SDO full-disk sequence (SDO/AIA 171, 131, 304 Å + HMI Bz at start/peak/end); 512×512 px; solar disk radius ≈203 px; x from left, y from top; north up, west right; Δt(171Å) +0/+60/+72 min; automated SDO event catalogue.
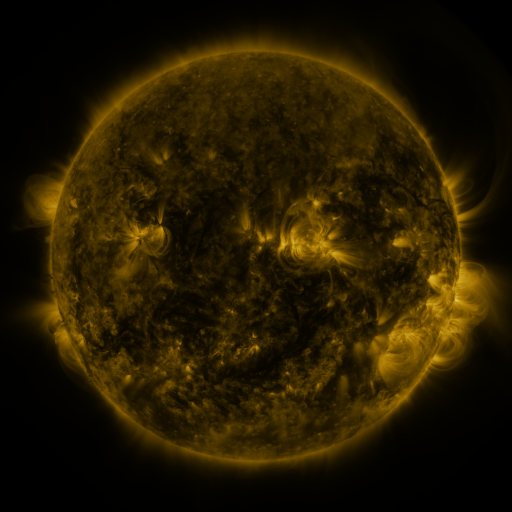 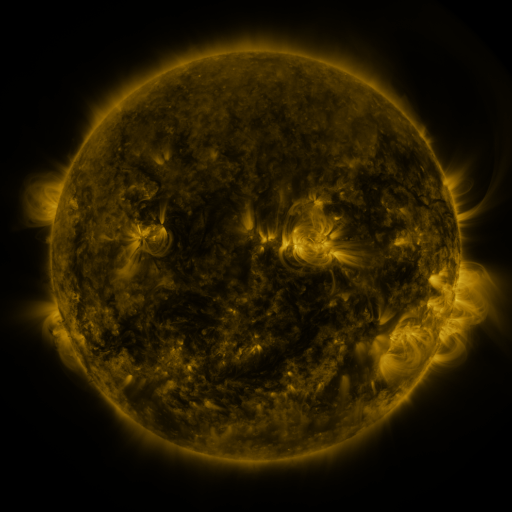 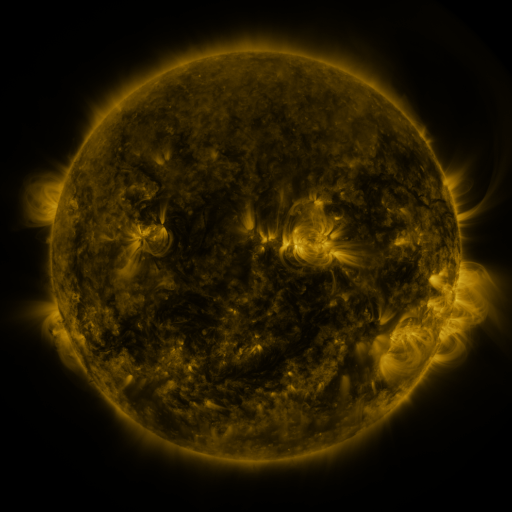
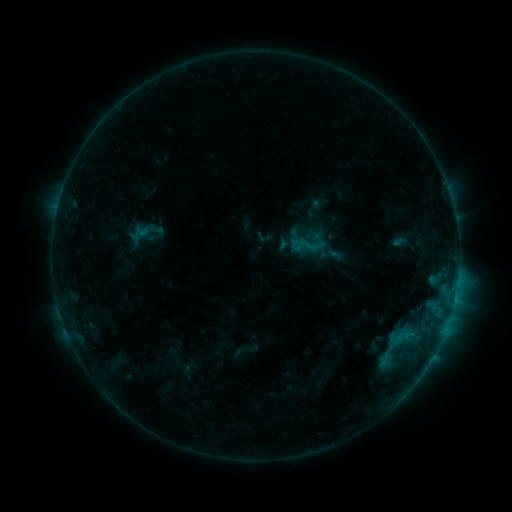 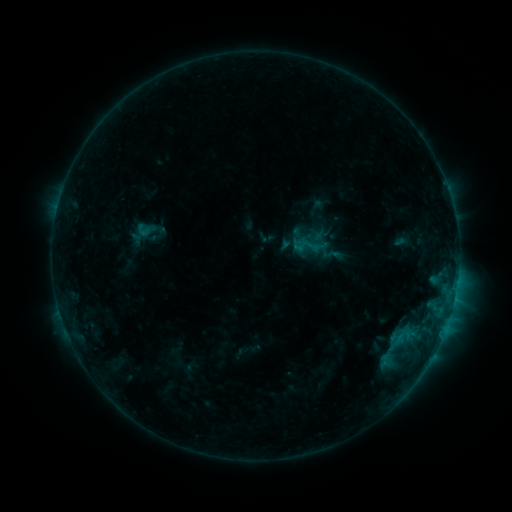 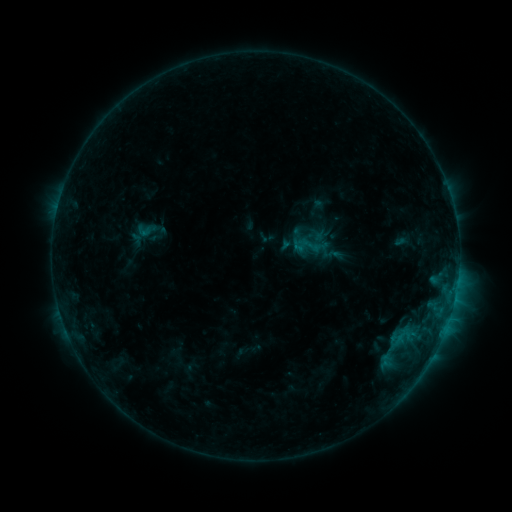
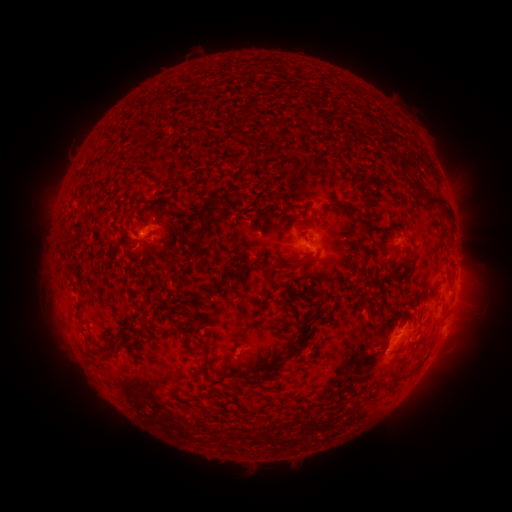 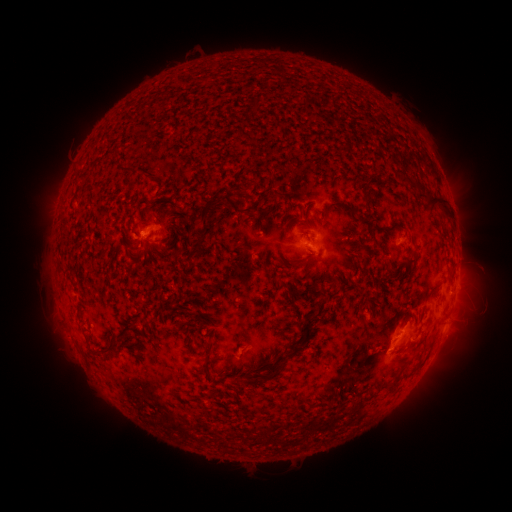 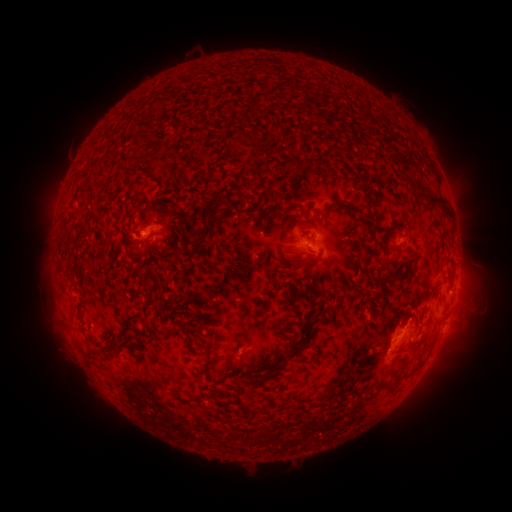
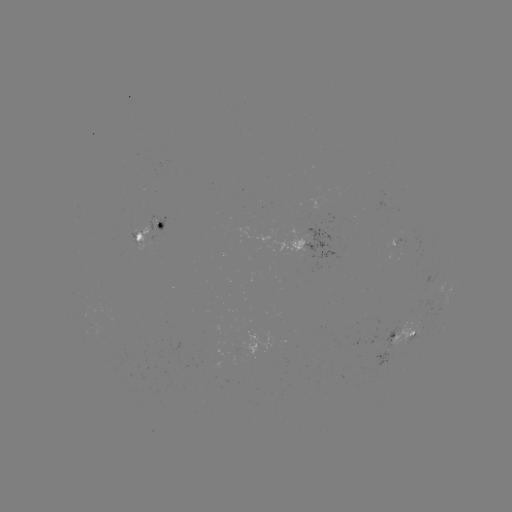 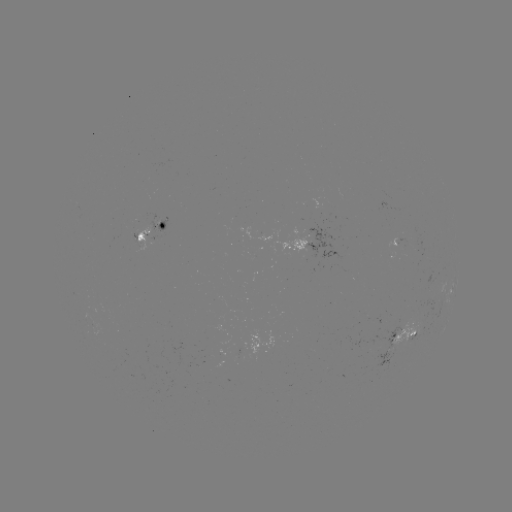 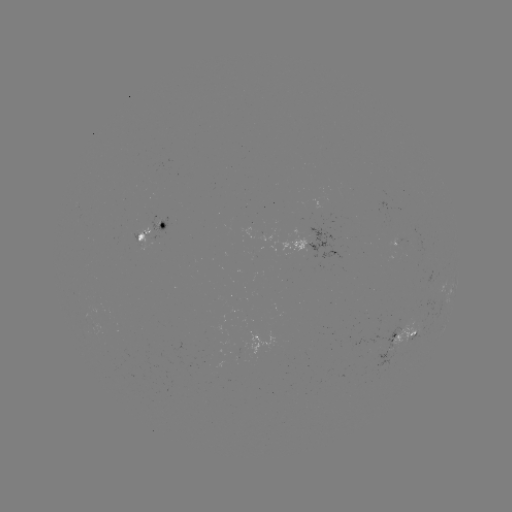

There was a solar emerging-flux region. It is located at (140, 235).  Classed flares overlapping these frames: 2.